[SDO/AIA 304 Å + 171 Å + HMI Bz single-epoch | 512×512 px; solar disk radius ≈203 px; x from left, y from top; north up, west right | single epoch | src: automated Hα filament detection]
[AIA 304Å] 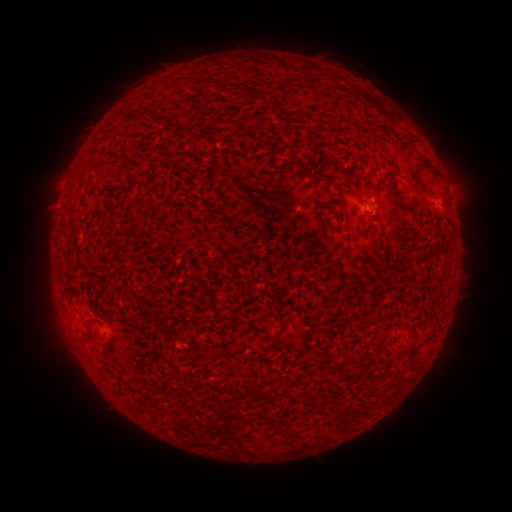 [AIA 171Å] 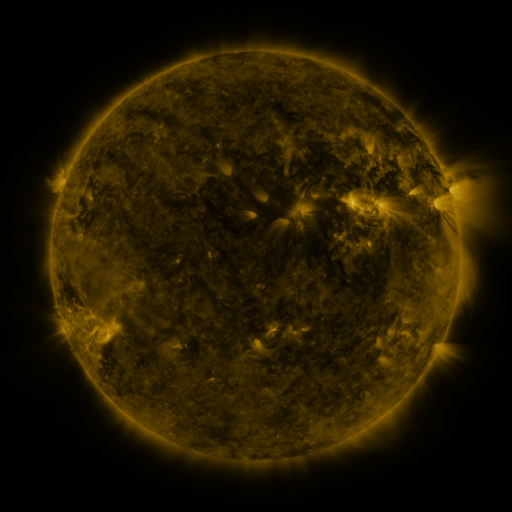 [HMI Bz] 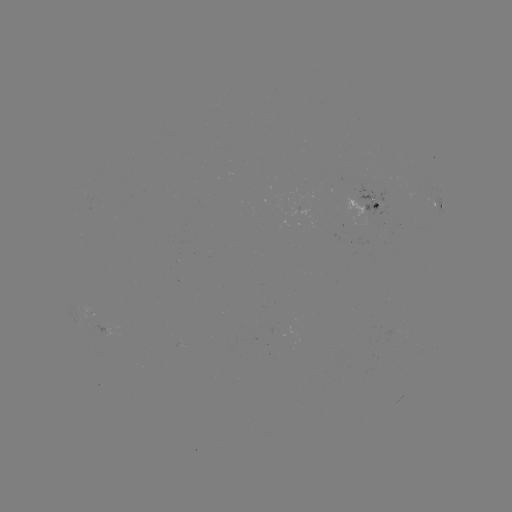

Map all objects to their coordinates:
filament: [411, 158, 434, 181]
filament: [312, 170, 329, 183]
filament: [87, 173, 95, 186]
filament: [421, 188, 437, 198]
filament: [279, 318, 290, 328]
filament: [79, 327, 92, 341]
